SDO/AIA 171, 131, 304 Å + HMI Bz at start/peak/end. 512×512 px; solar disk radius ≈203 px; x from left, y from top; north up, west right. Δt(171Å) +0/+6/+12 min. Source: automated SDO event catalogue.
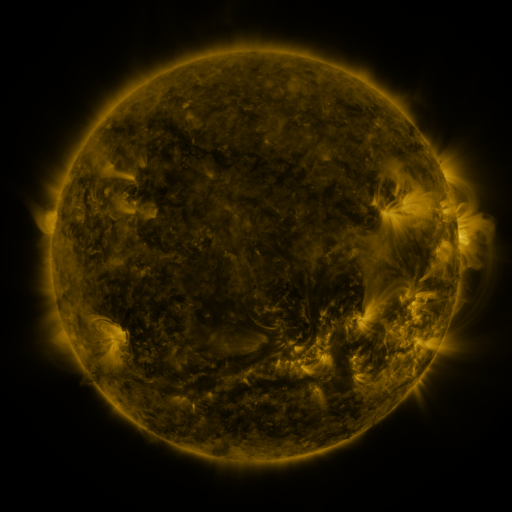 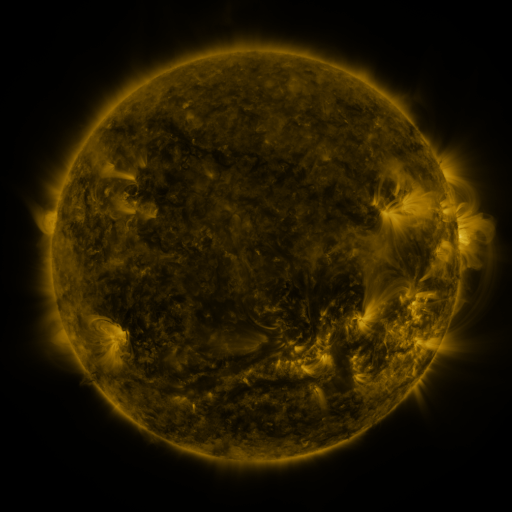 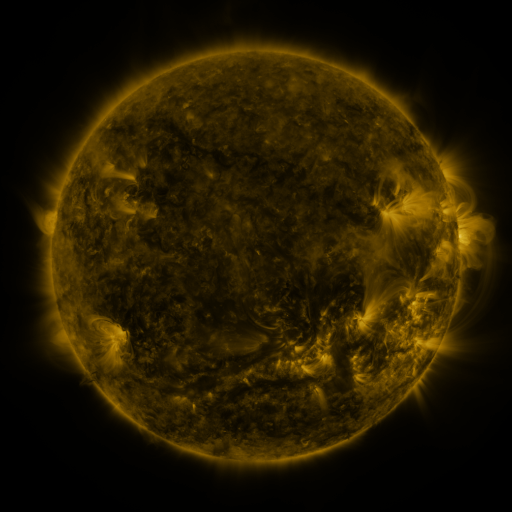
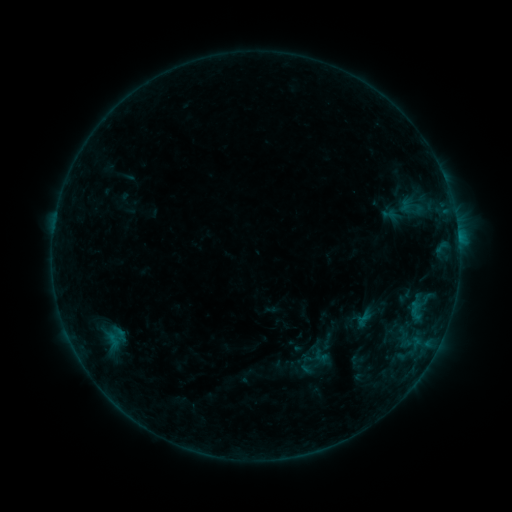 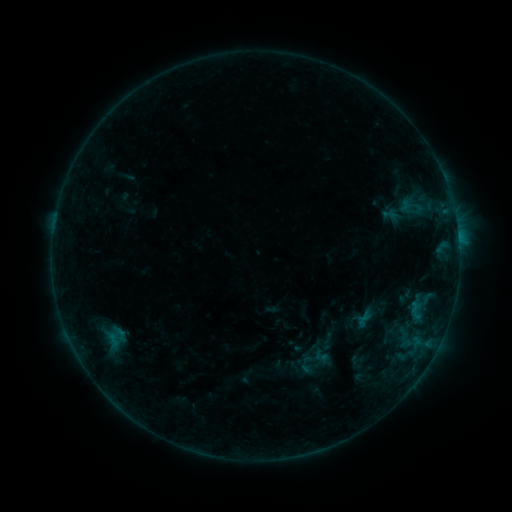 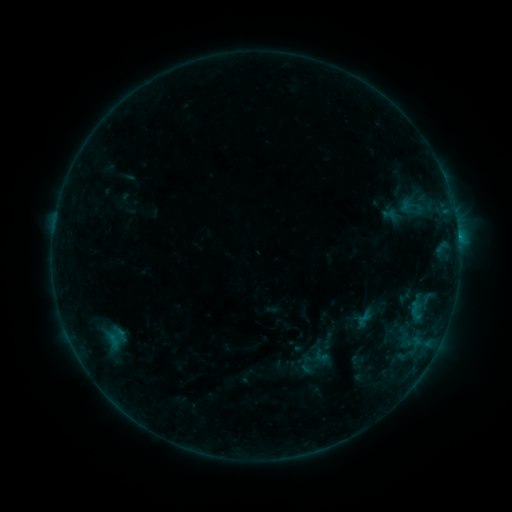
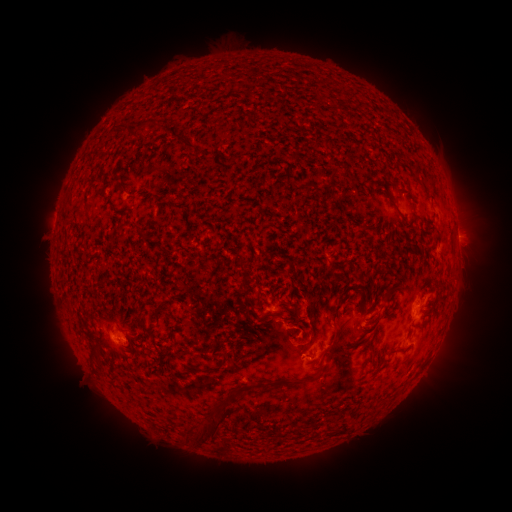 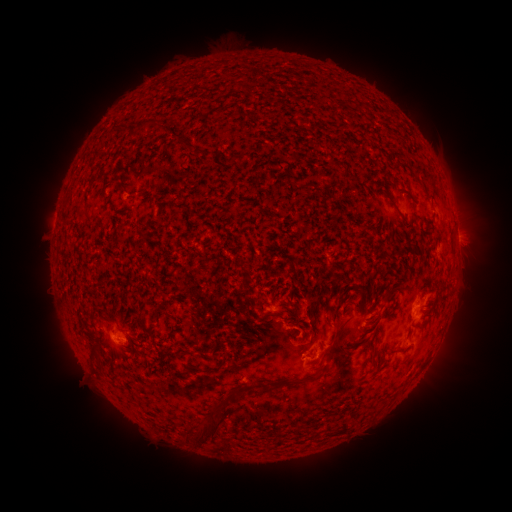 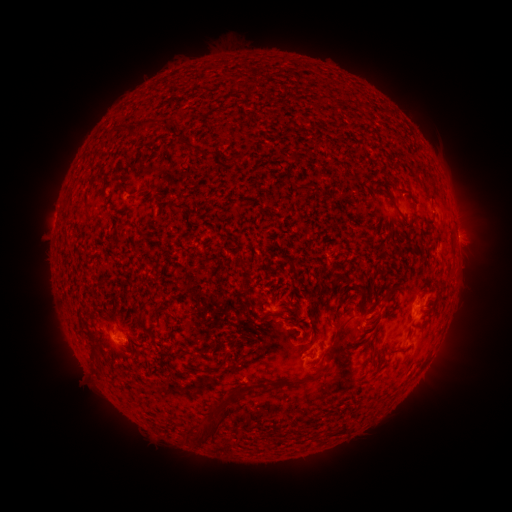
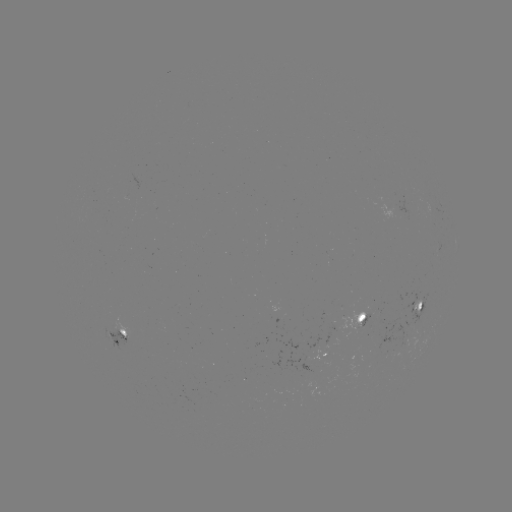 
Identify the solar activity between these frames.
B3.3 flare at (458, 238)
